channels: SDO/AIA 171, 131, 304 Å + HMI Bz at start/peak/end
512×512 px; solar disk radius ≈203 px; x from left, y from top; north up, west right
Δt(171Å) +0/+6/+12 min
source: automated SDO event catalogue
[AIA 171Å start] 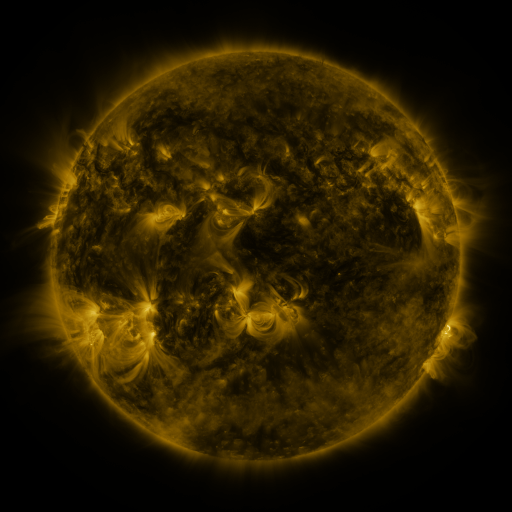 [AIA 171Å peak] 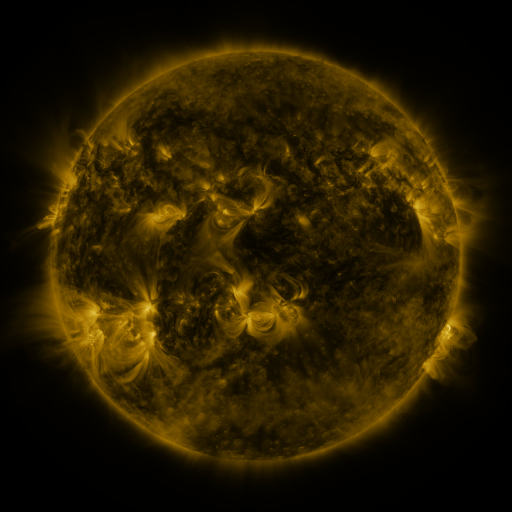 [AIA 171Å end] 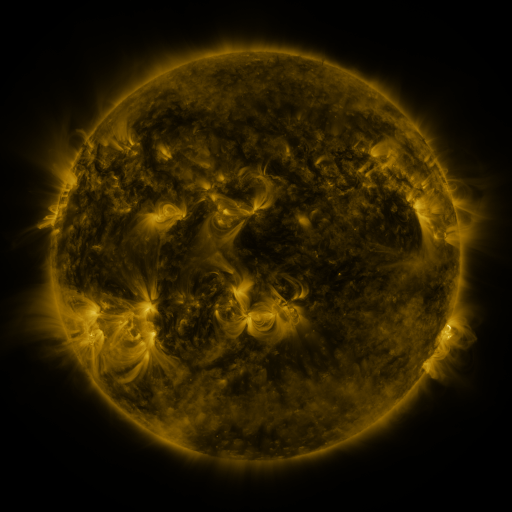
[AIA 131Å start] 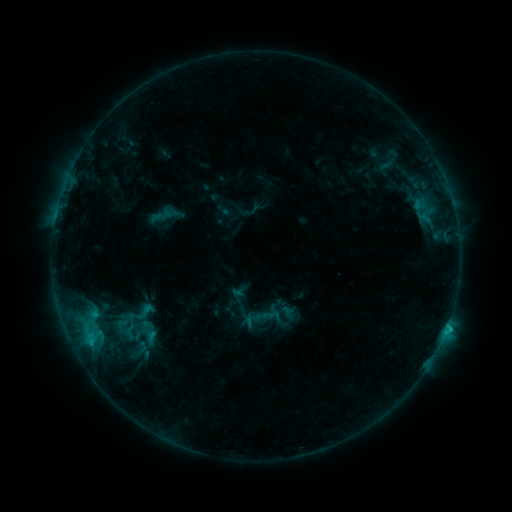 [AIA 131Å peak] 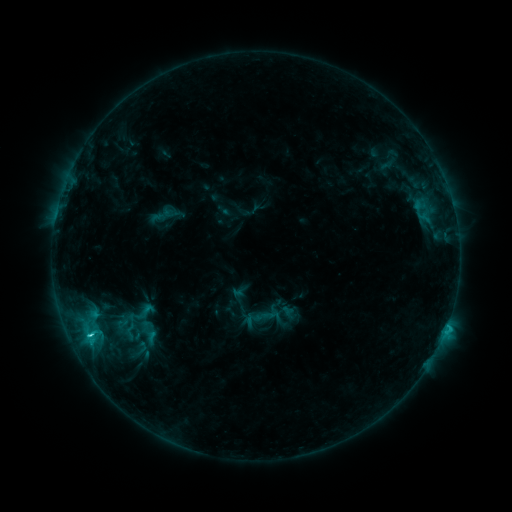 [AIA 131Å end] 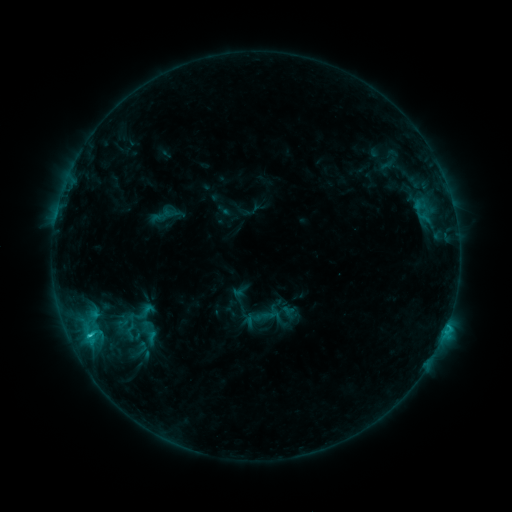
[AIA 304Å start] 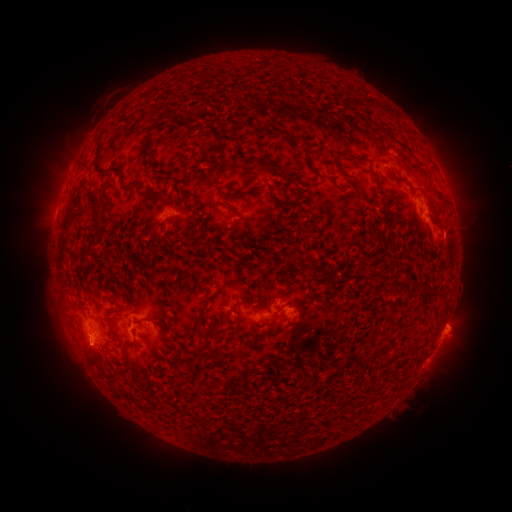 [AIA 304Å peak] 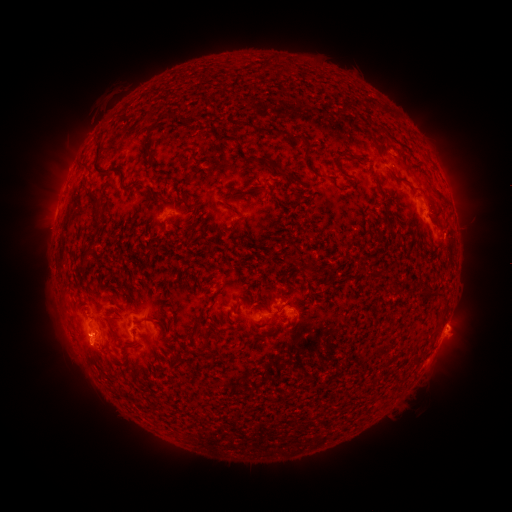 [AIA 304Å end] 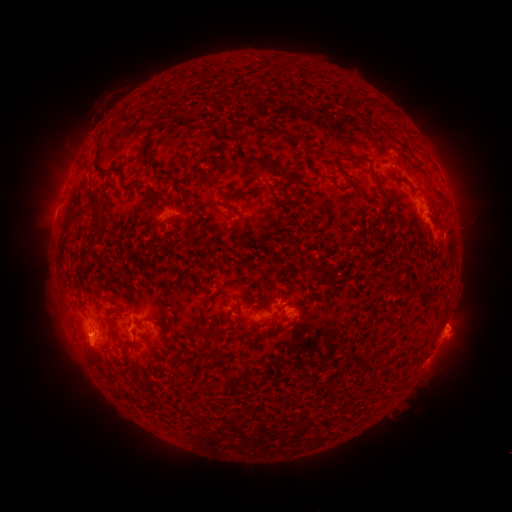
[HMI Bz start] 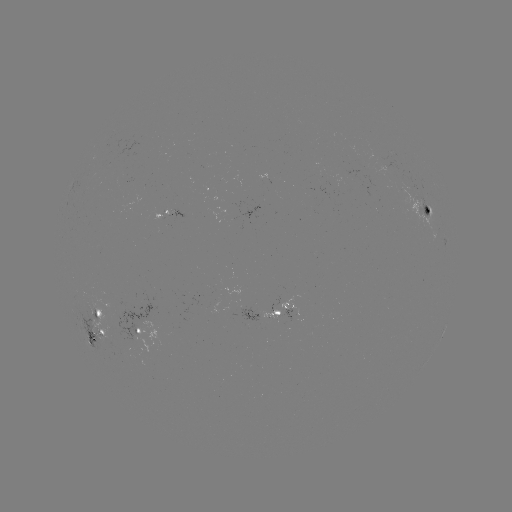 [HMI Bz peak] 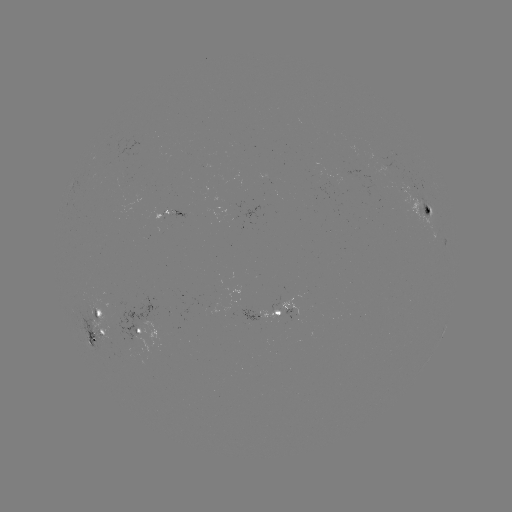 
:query C1.8 flare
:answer [90, 334]